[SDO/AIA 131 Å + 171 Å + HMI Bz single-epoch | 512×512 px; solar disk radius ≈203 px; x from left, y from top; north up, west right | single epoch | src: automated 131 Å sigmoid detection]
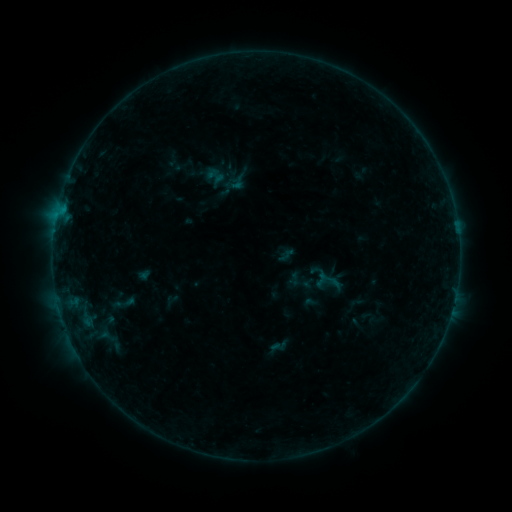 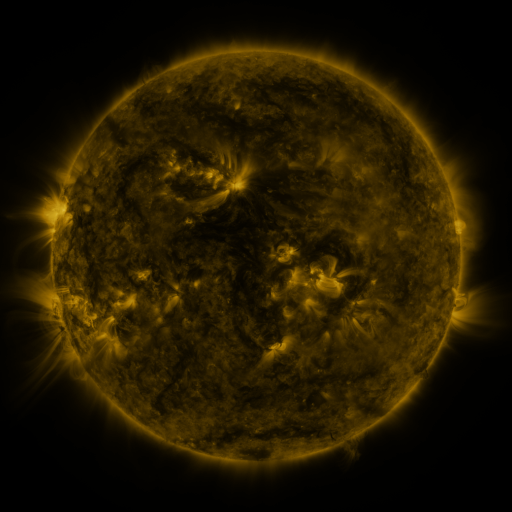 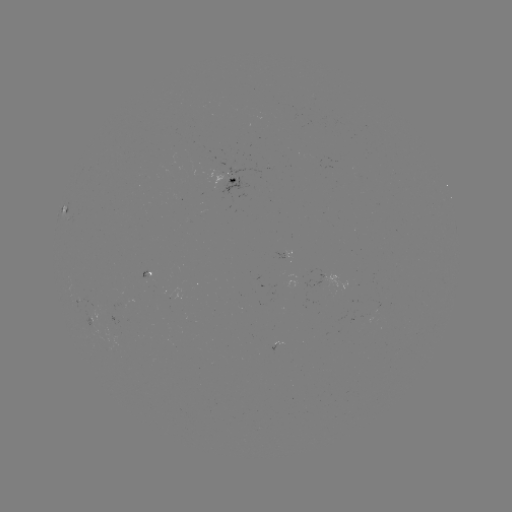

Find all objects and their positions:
sigmoid: (229, 173, 247, 191)
